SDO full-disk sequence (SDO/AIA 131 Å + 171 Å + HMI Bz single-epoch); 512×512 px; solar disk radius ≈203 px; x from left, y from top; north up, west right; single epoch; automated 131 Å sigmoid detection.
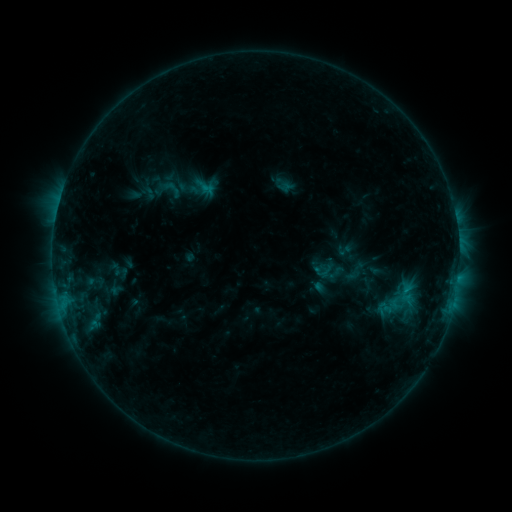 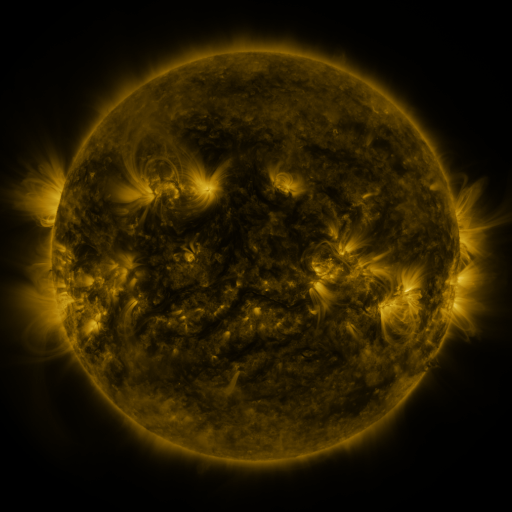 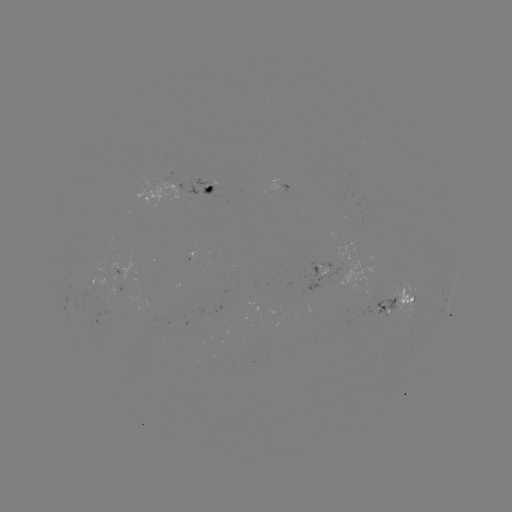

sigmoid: <bbox>152, 175, 182, 204</bbox>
